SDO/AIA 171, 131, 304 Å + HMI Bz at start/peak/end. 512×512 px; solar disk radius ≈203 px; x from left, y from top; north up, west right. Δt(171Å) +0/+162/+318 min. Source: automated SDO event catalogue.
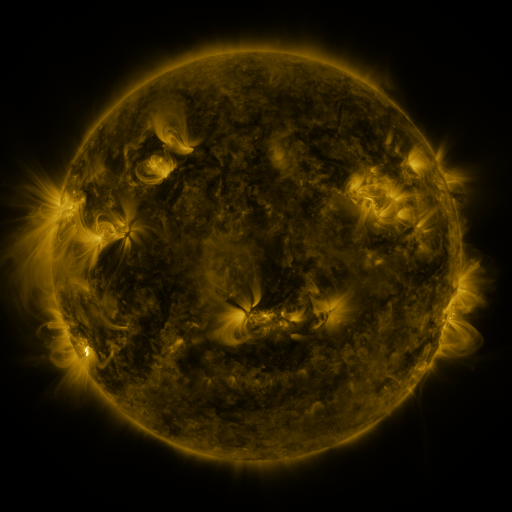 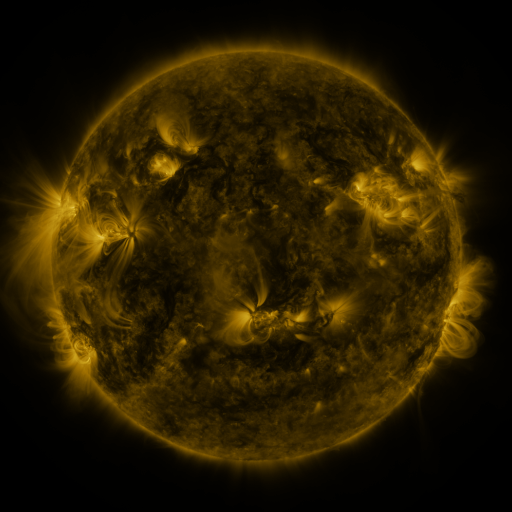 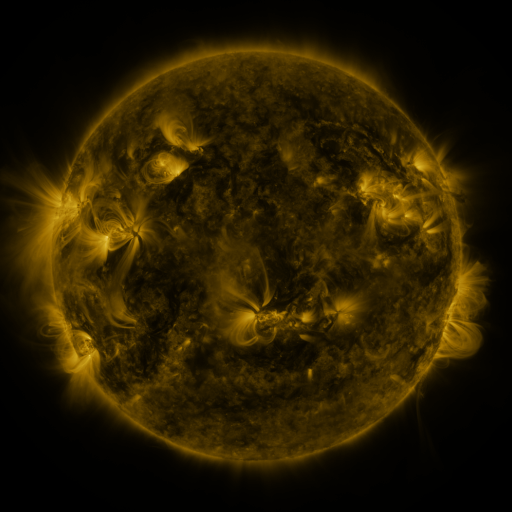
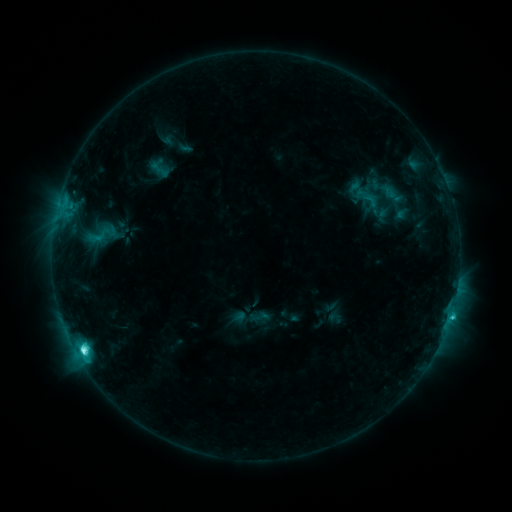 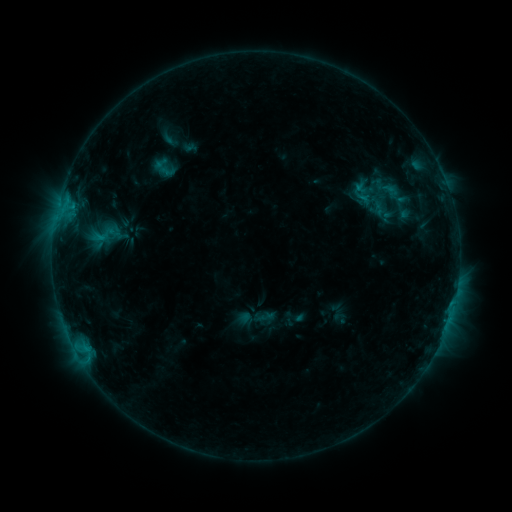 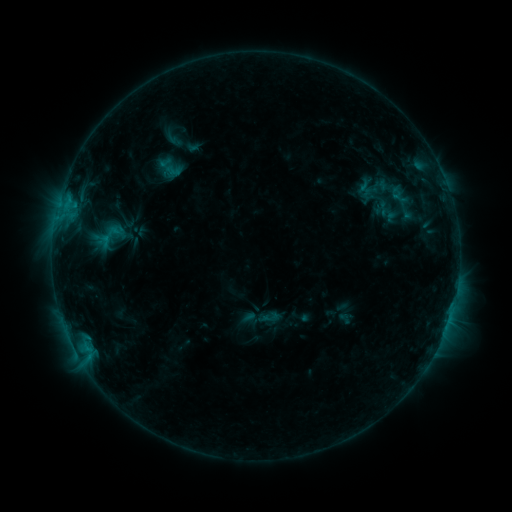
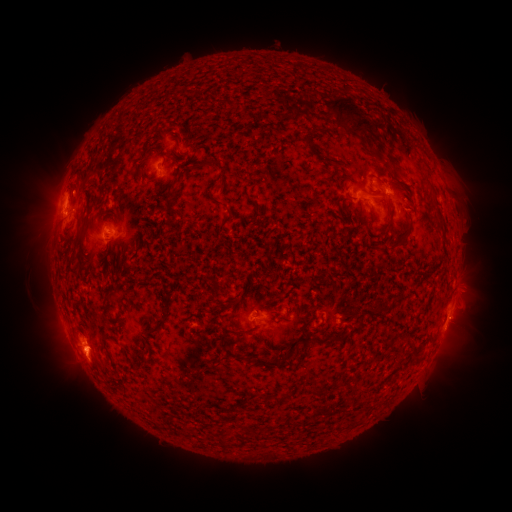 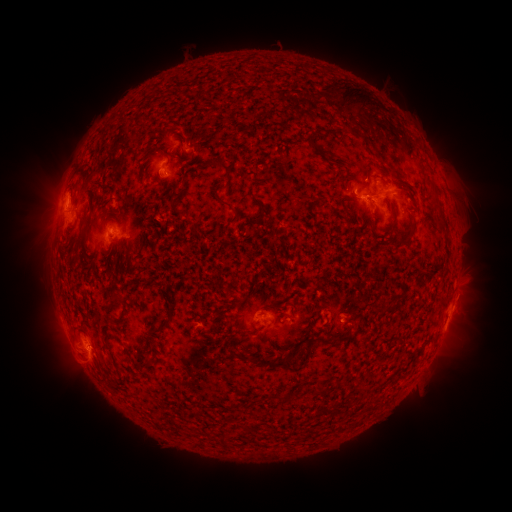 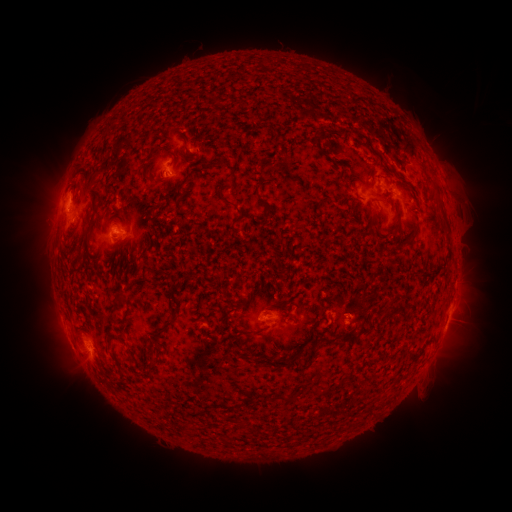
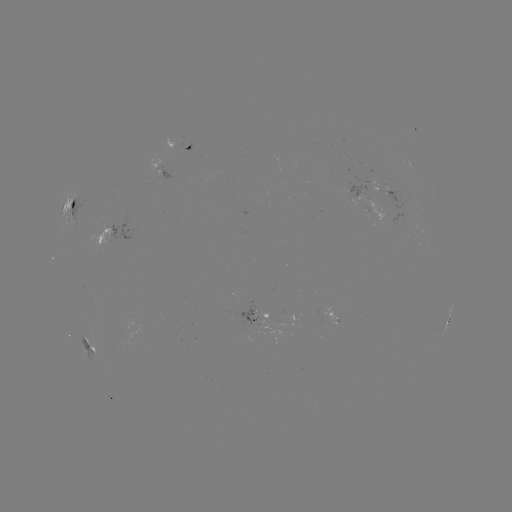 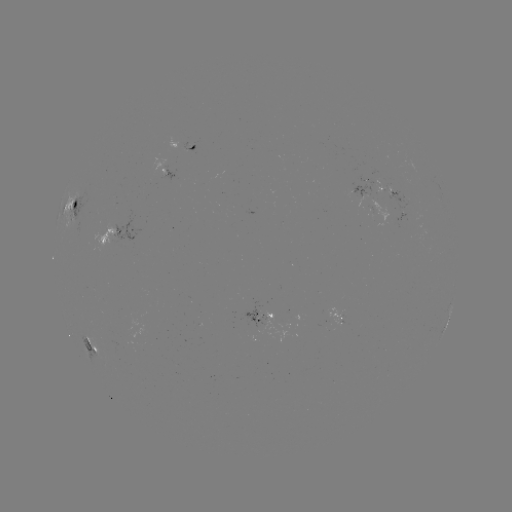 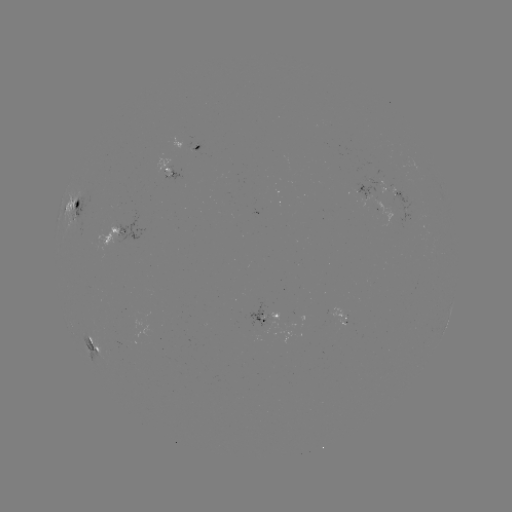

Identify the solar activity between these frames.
filament eruption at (378, 79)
